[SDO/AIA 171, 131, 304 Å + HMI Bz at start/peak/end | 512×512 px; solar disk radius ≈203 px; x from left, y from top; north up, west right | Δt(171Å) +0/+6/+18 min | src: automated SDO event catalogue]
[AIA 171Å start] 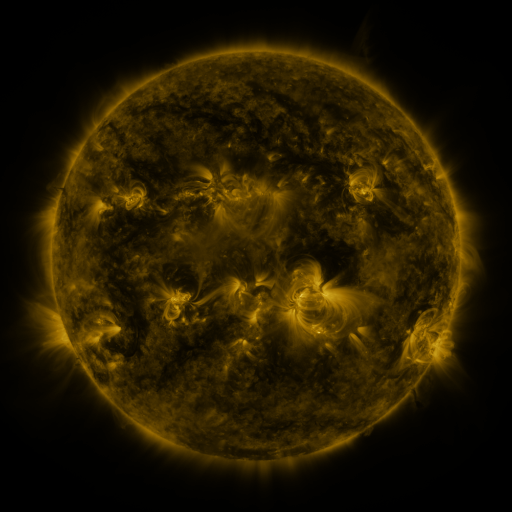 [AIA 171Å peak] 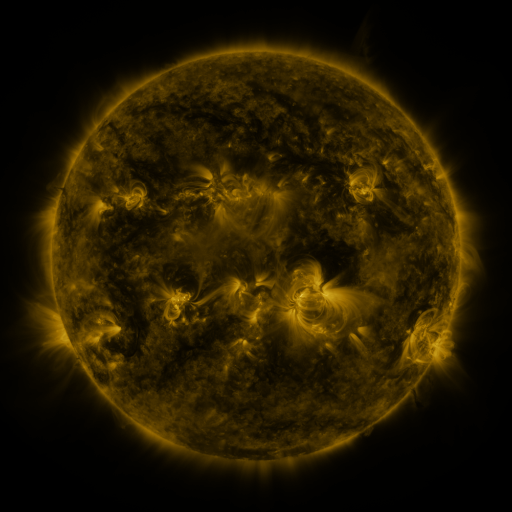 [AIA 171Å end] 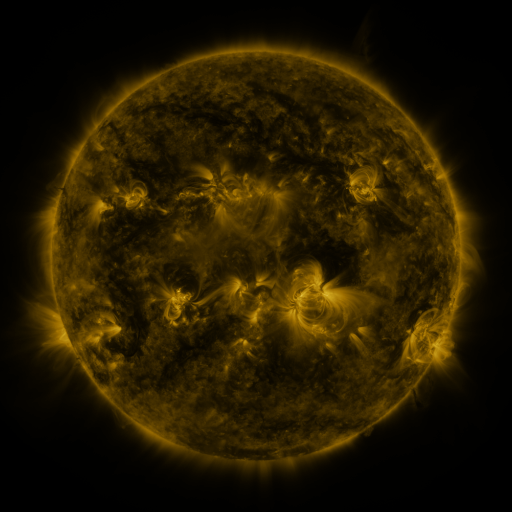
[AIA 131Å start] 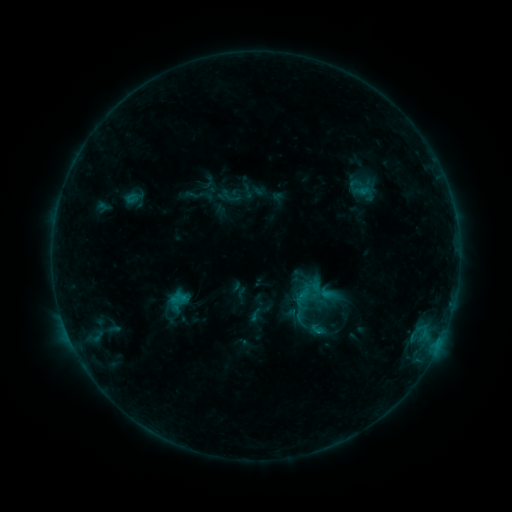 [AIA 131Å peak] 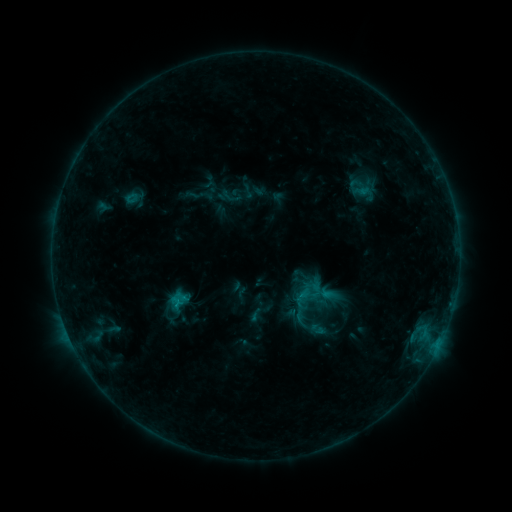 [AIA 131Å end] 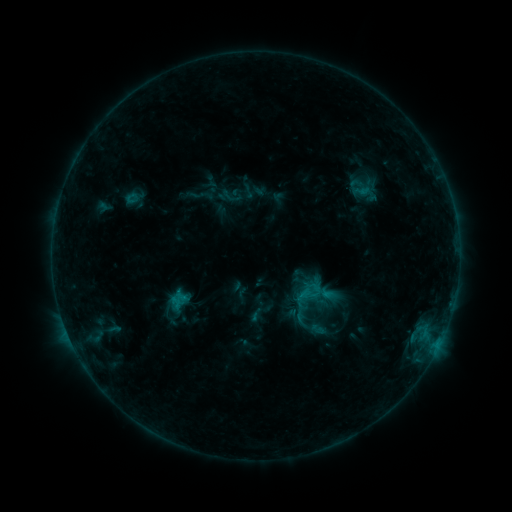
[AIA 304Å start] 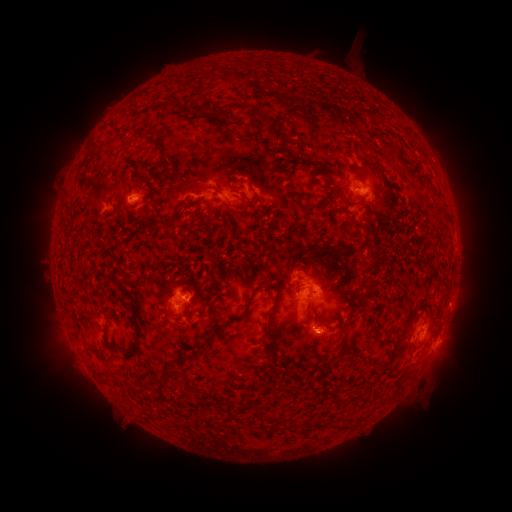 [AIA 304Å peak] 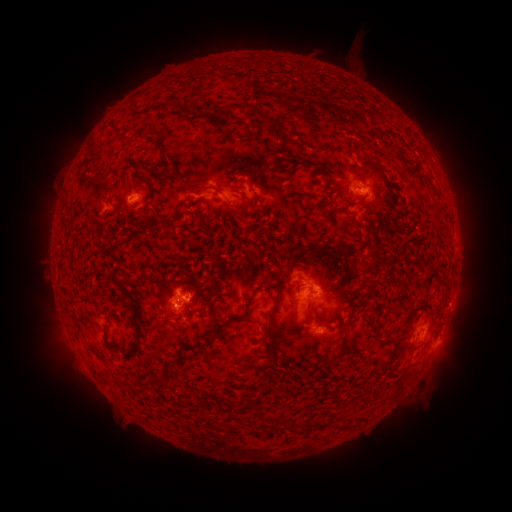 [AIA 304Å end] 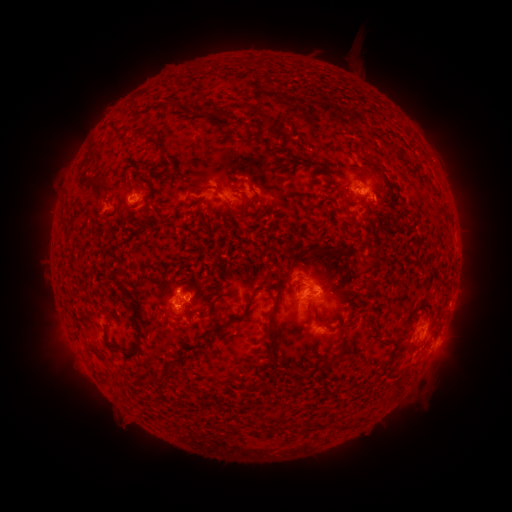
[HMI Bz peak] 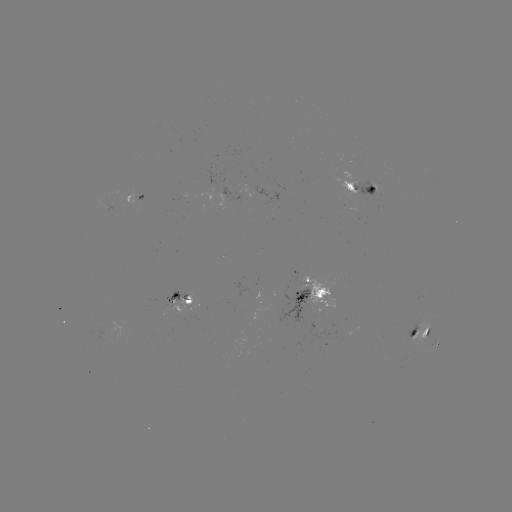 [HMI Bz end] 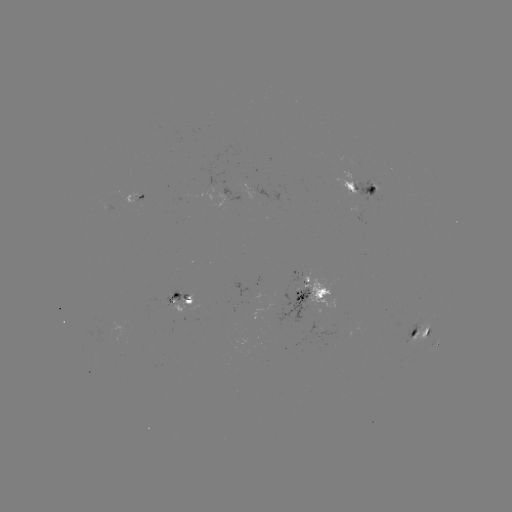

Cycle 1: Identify B9.9 flare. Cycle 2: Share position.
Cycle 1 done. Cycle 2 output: (180, 303).